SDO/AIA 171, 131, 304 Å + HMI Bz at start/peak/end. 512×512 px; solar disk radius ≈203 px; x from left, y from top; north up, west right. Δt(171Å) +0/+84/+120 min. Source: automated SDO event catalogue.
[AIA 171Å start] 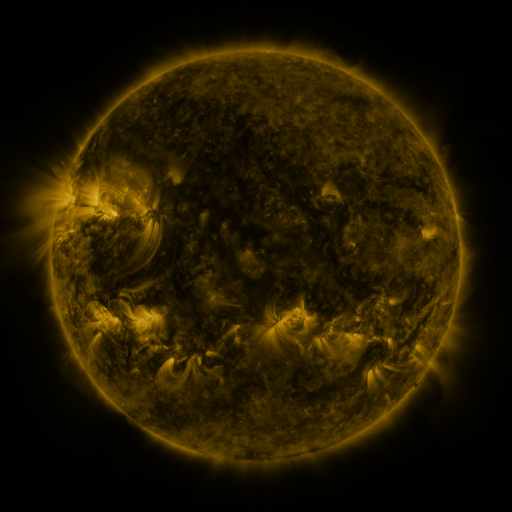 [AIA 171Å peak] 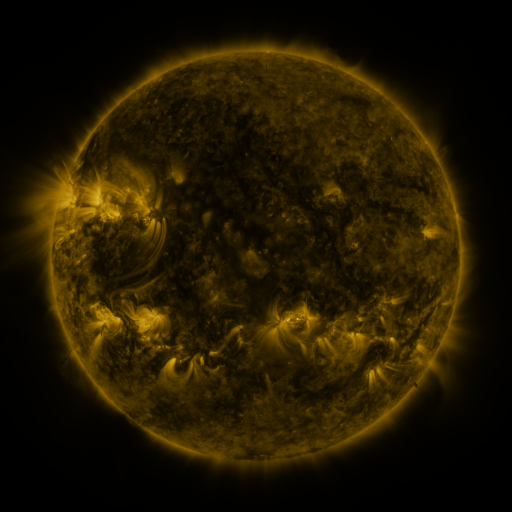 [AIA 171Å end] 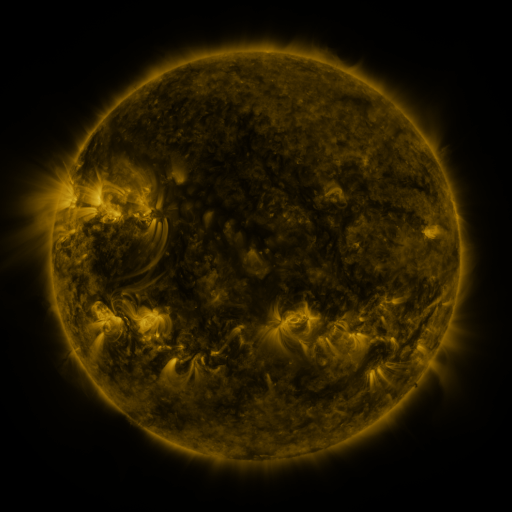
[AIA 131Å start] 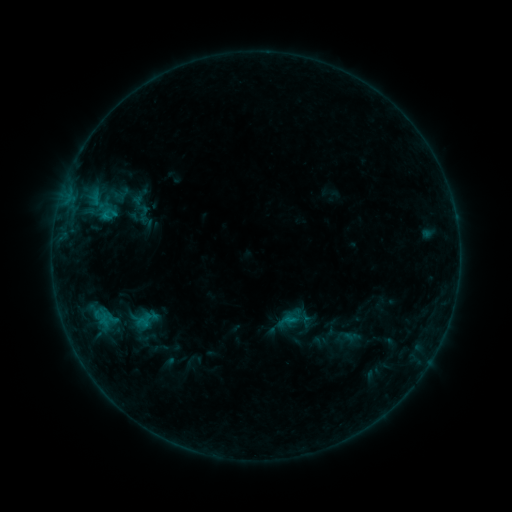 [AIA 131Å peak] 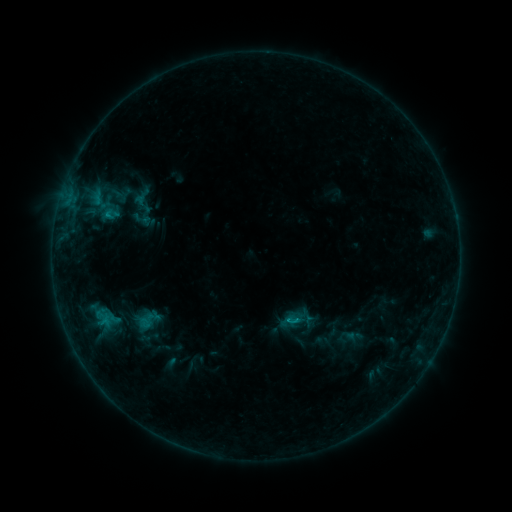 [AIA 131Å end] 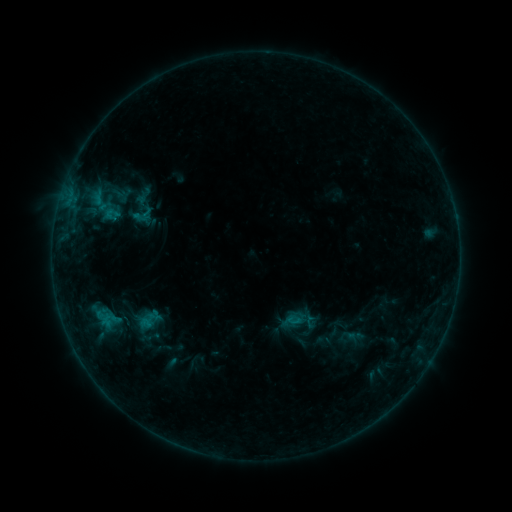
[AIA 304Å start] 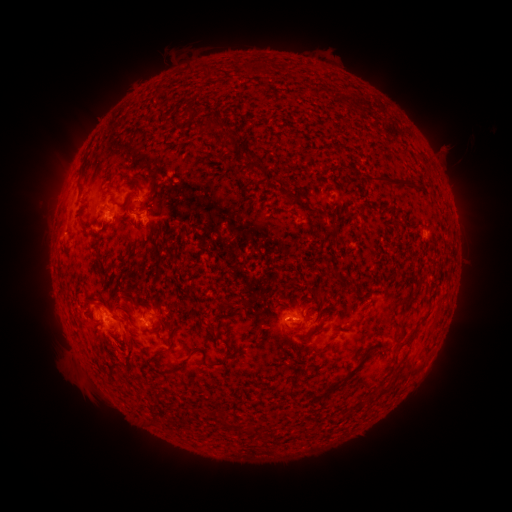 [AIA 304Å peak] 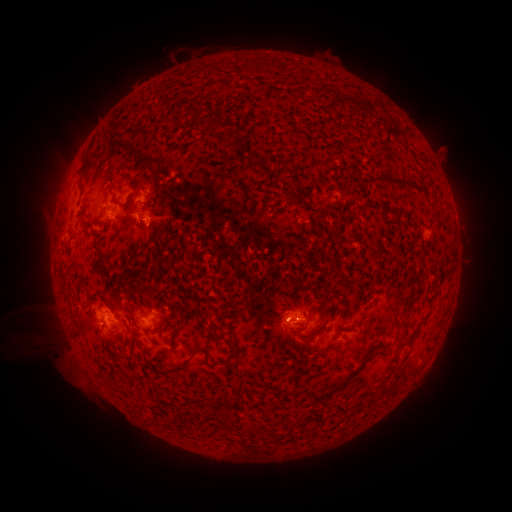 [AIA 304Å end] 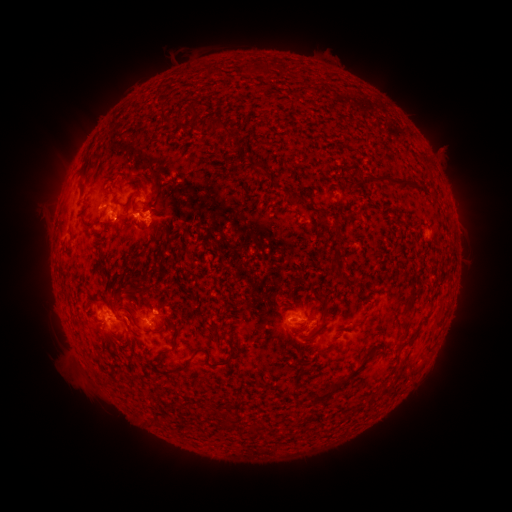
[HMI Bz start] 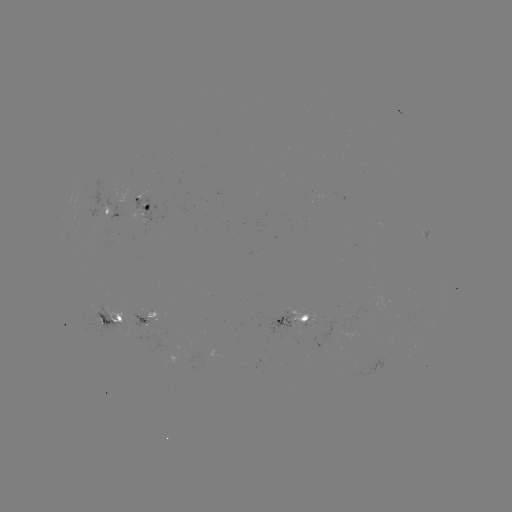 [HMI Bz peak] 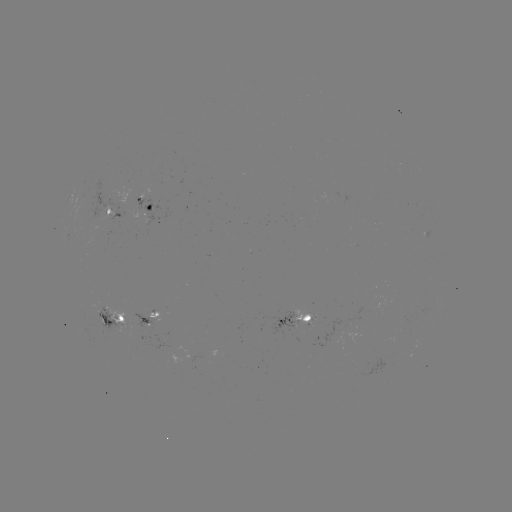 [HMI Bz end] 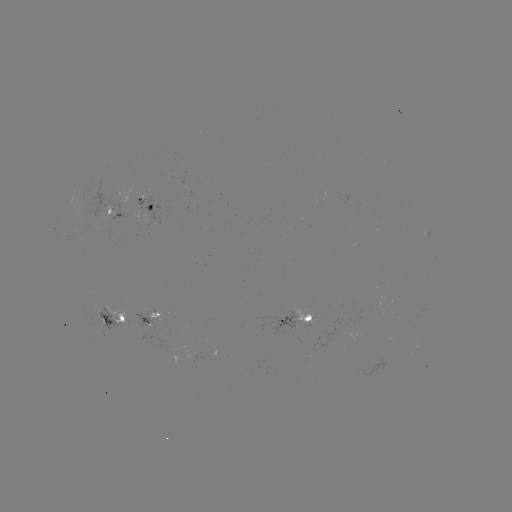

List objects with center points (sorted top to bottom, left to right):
emerging-flux region: (123, 328)
